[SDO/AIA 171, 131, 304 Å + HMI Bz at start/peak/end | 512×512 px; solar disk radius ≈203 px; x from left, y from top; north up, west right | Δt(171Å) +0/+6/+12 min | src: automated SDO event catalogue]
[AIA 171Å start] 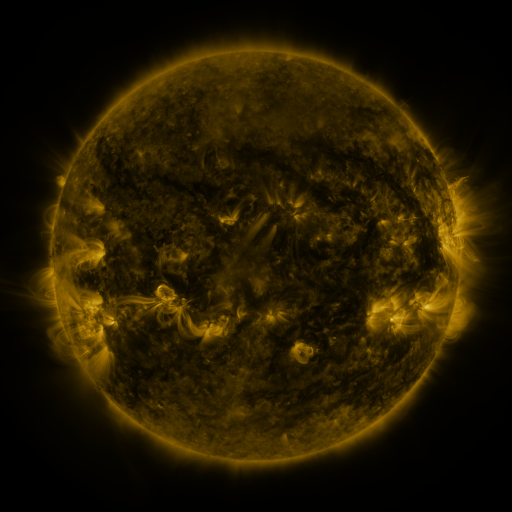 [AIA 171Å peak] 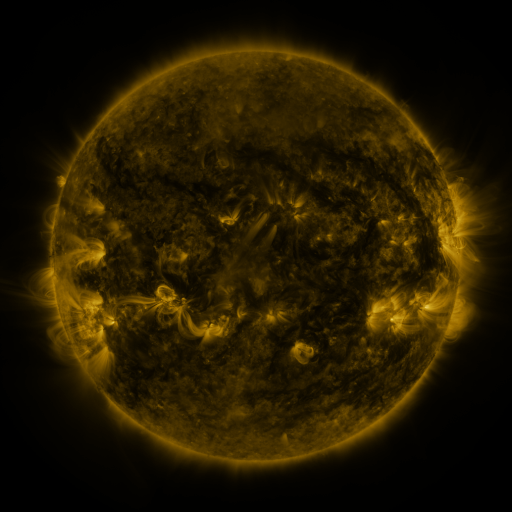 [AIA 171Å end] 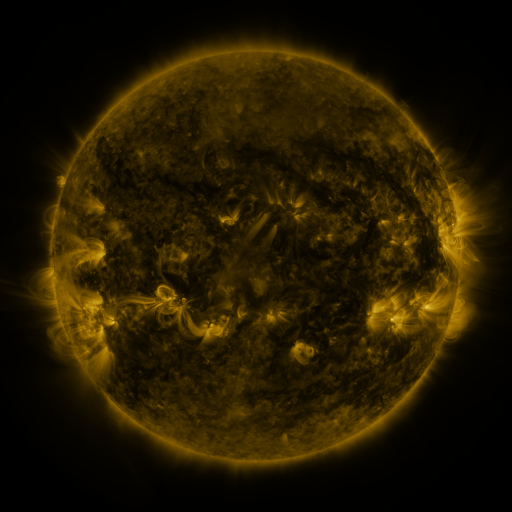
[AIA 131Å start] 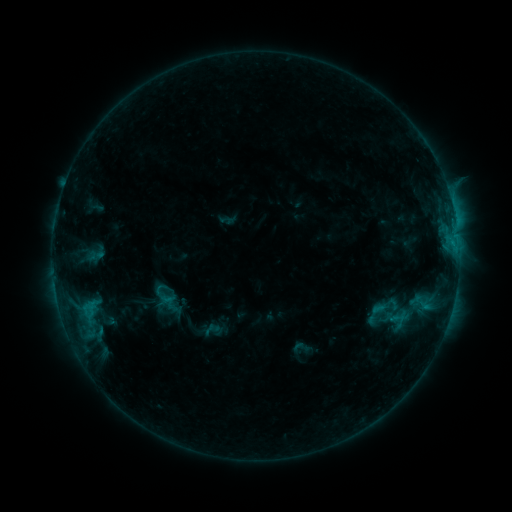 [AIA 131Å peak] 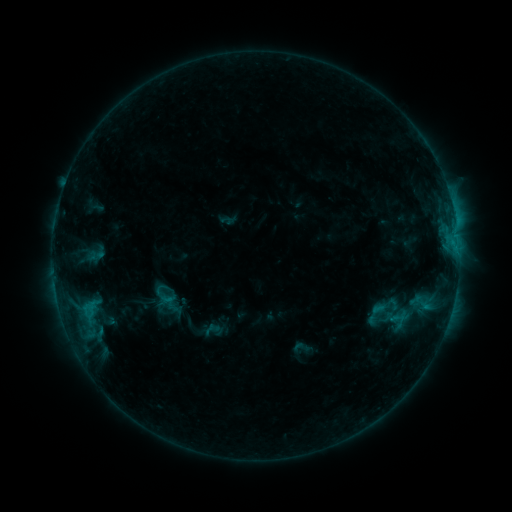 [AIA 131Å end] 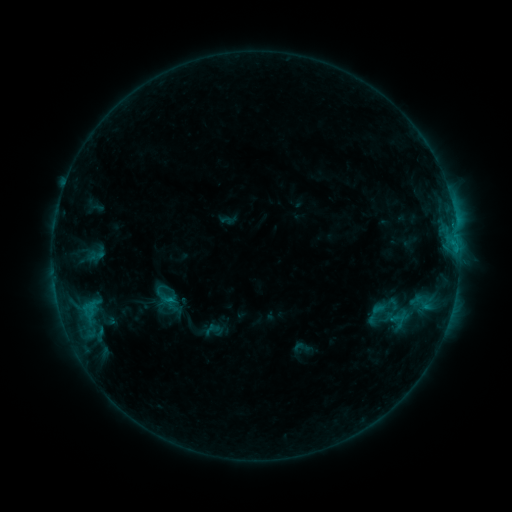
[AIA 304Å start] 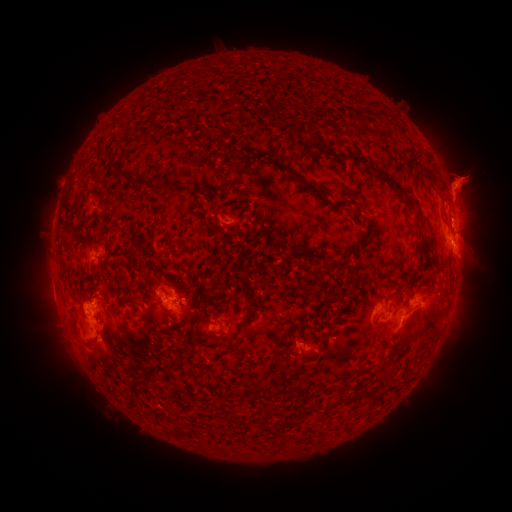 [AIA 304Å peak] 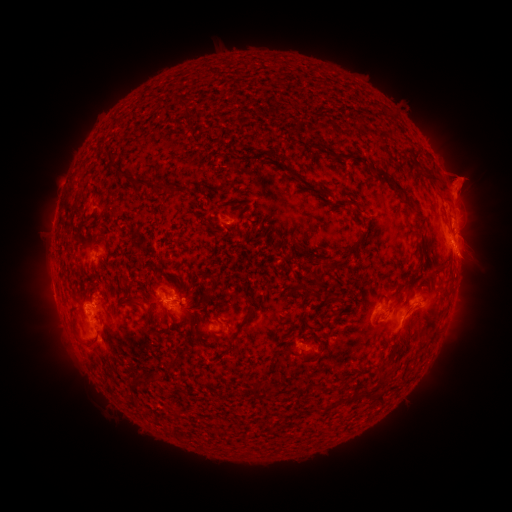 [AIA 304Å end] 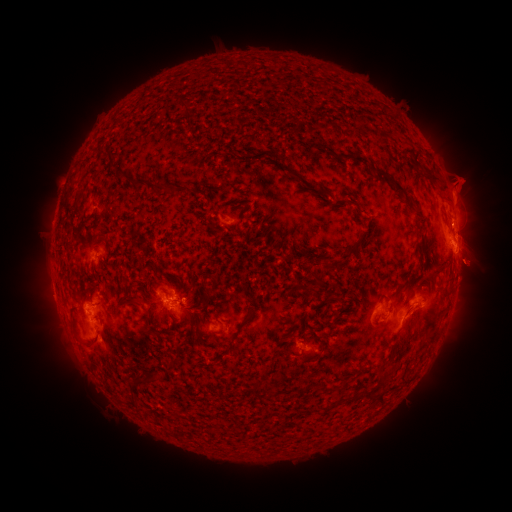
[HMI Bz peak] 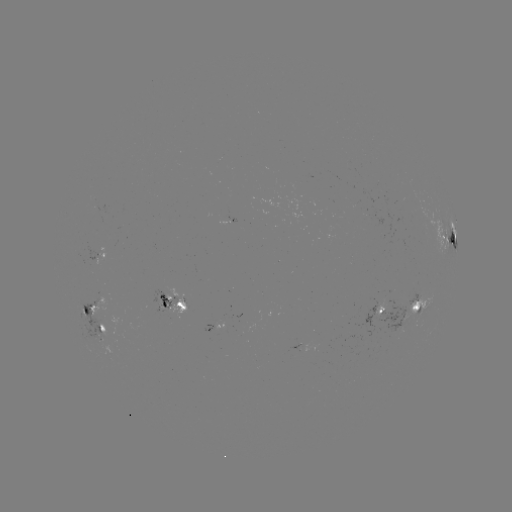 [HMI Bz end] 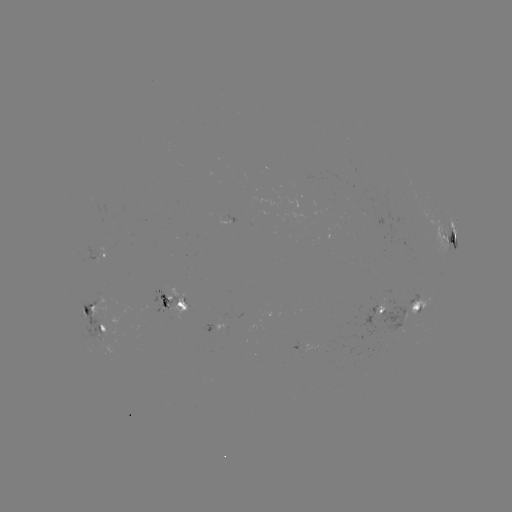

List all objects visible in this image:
eruption: (475, 265)
